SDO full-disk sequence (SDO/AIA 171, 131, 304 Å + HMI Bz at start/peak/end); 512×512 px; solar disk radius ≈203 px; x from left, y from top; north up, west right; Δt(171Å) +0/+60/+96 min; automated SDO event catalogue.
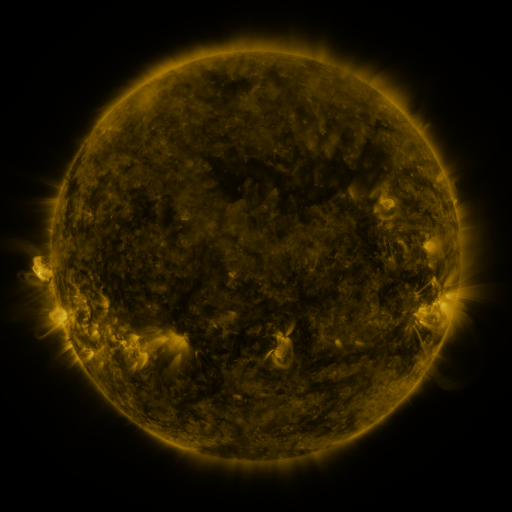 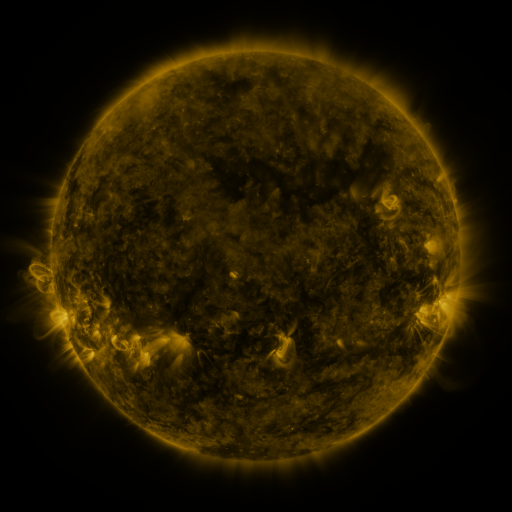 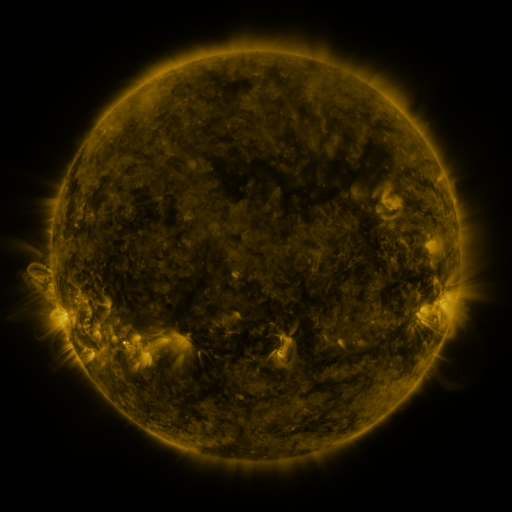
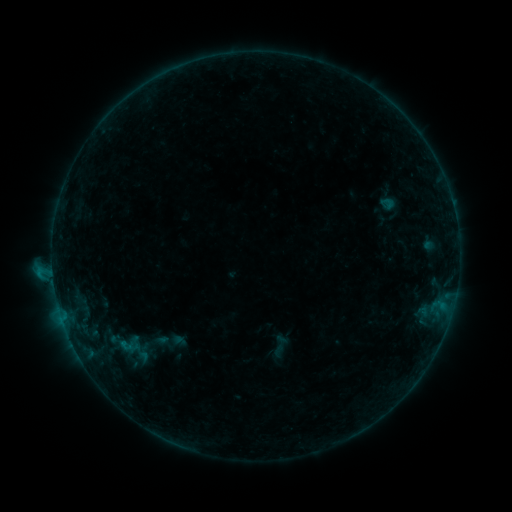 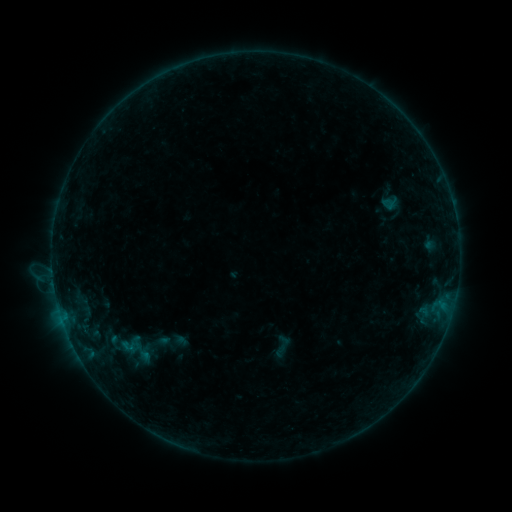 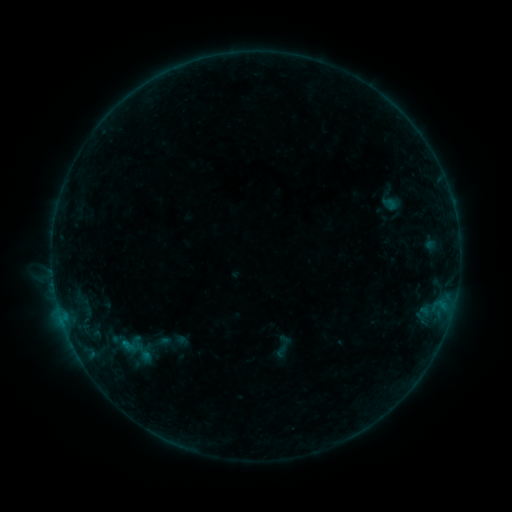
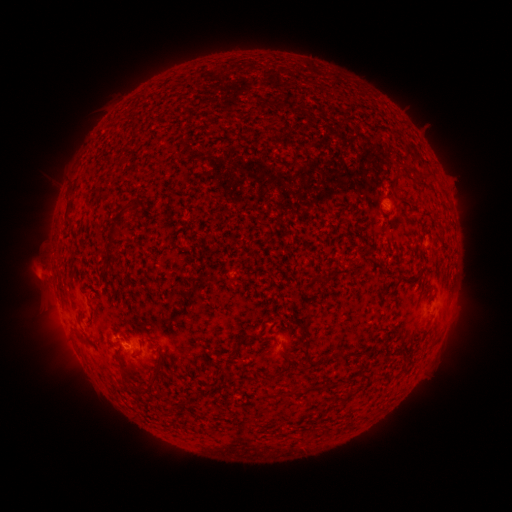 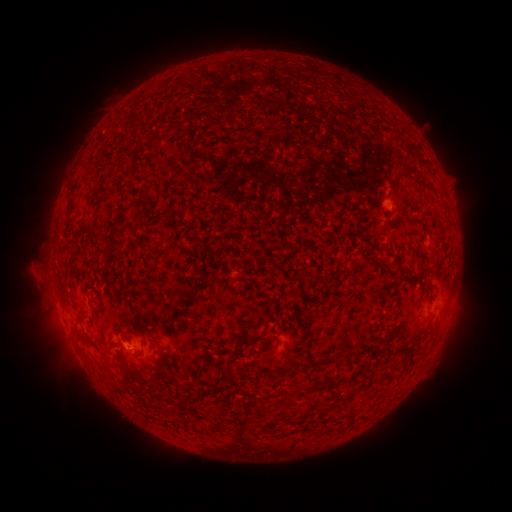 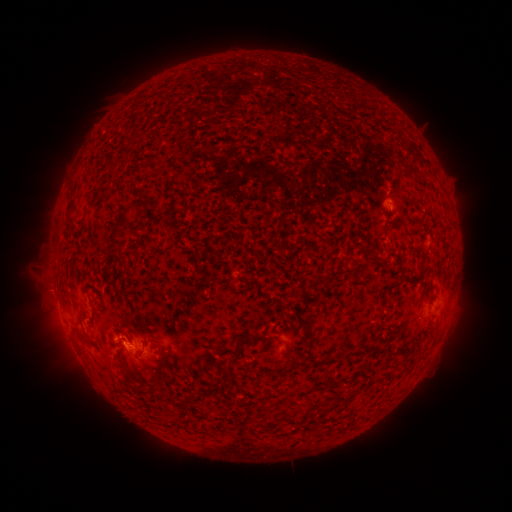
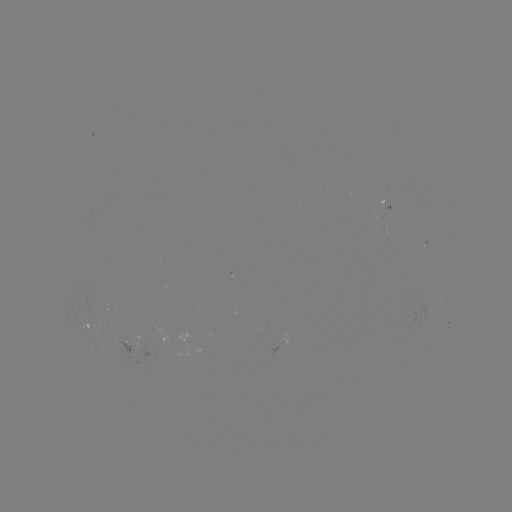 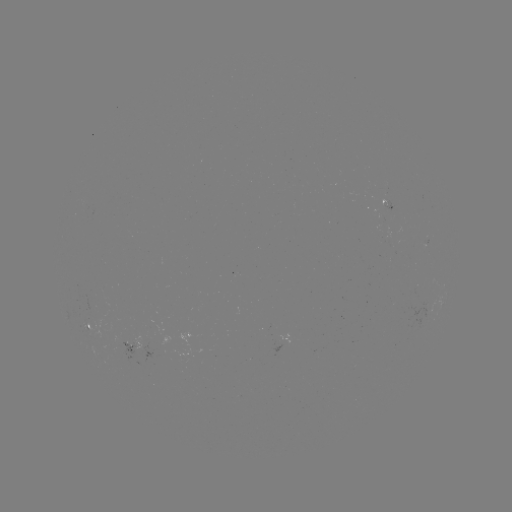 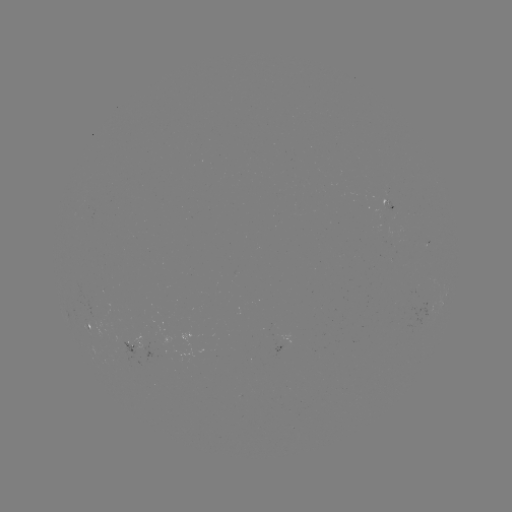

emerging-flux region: <bbox>382, 227, 393, 244</bbox>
